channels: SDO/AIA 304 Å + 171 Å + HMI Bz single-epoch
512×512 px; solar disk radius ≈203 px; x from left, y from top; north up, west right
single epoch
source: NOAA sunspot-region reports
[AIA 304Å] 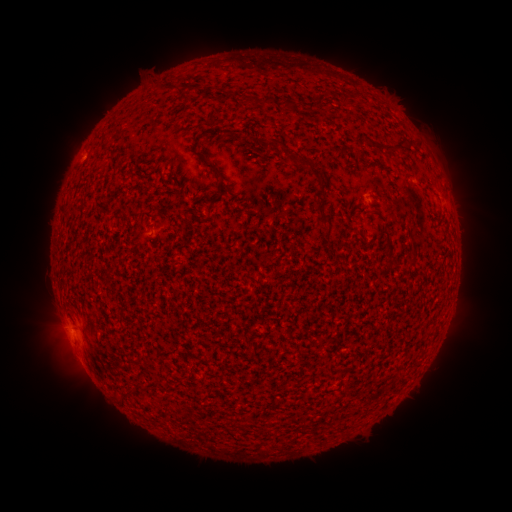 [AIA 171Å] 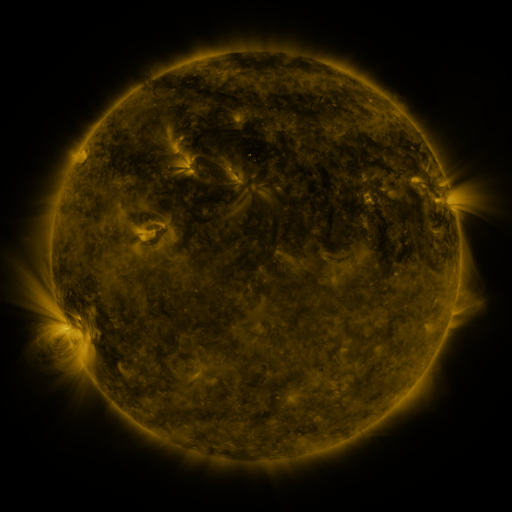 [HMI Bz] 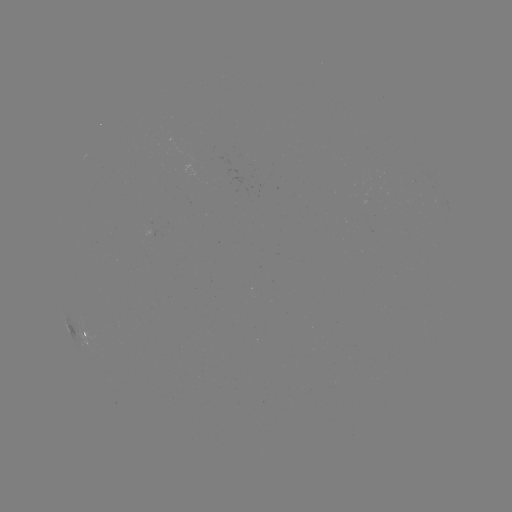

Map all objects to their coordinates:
spotted active region: (81, 329)
